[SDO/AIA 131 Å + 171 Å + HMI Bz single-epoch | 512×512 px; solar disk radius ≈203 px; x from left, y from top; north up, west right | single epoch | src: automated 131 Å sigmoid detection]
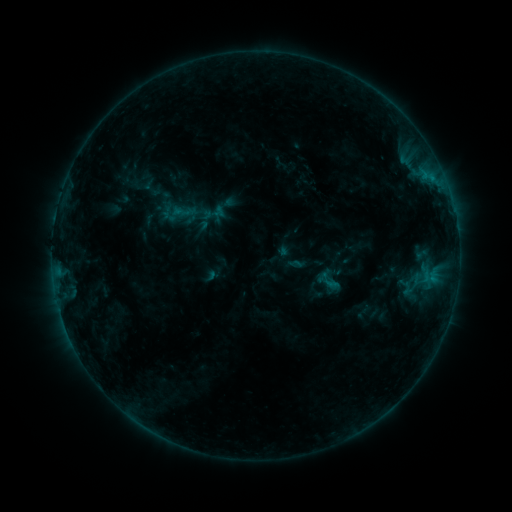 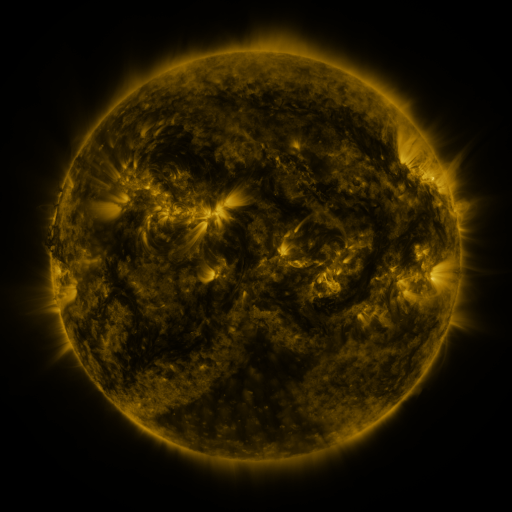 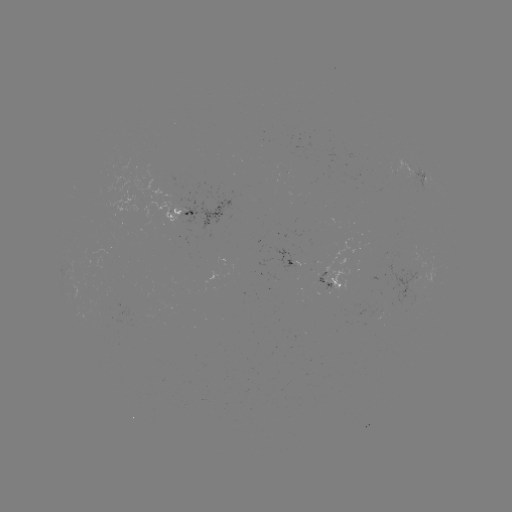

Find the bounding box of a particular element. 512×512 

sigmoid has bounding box [313, 264, 343, 296].